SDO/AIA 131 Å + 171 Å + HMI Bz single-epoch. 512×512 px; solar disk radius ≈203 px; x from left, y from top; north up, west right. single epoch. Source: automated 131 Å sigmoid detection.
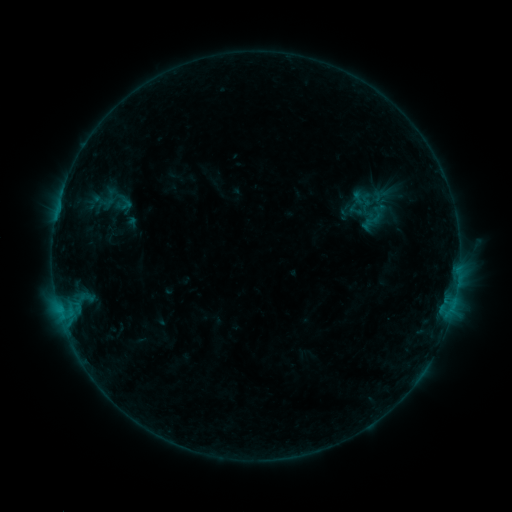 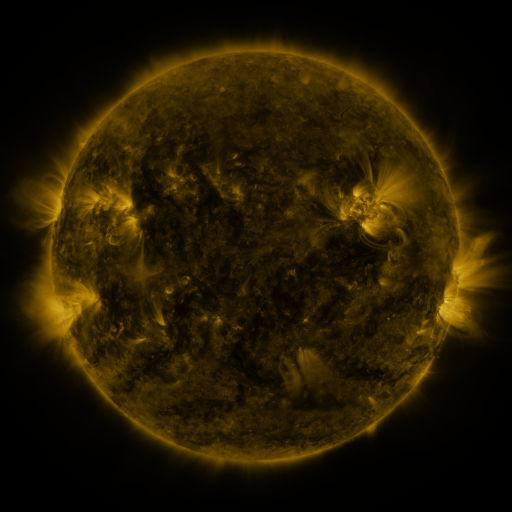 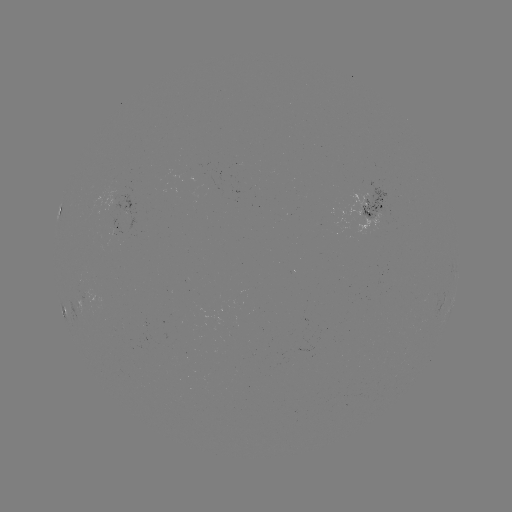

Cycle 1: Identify sigmoid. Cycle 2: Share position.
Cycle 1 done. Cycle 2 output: (355, 210).